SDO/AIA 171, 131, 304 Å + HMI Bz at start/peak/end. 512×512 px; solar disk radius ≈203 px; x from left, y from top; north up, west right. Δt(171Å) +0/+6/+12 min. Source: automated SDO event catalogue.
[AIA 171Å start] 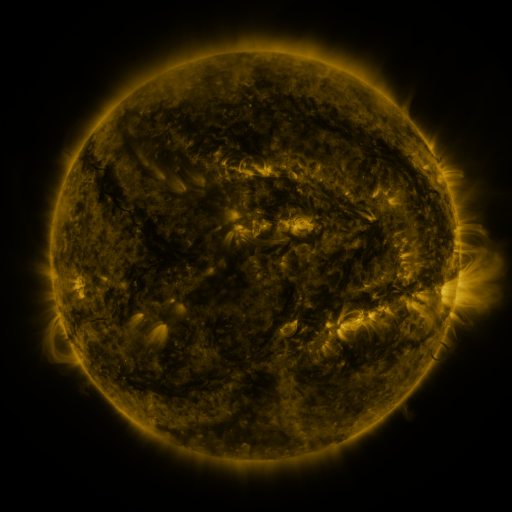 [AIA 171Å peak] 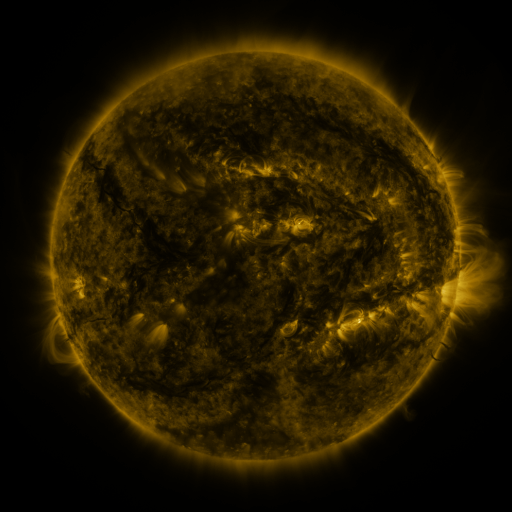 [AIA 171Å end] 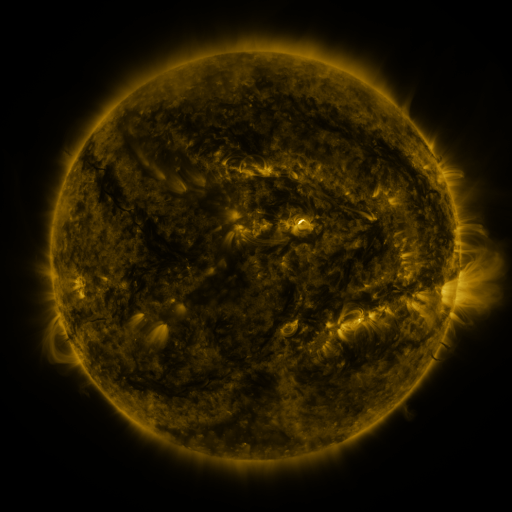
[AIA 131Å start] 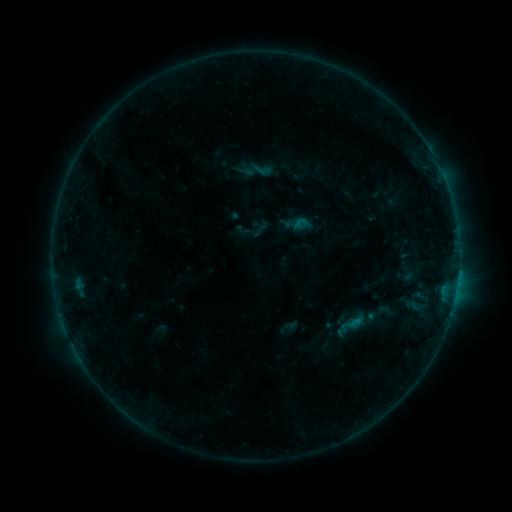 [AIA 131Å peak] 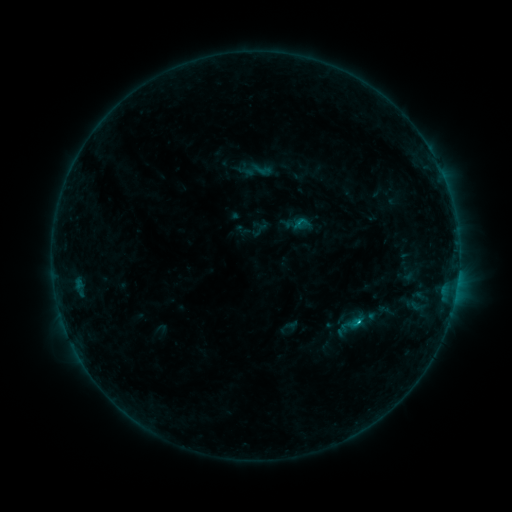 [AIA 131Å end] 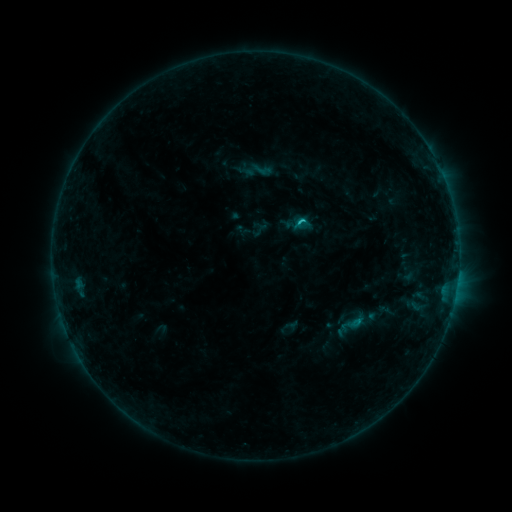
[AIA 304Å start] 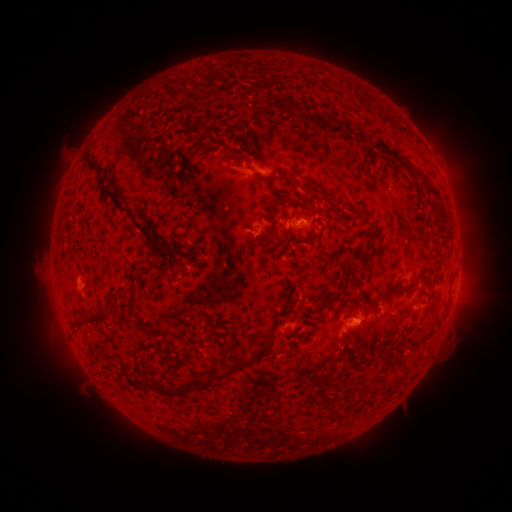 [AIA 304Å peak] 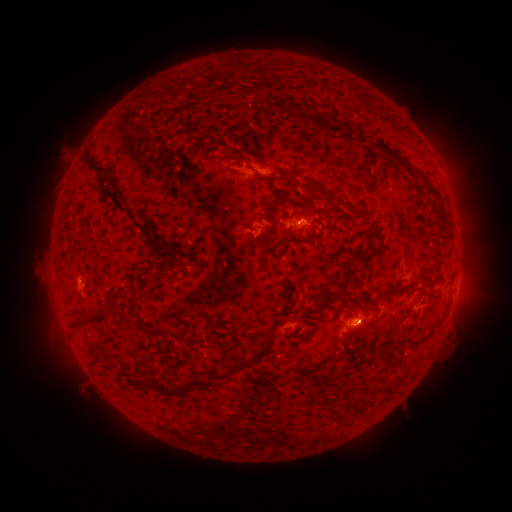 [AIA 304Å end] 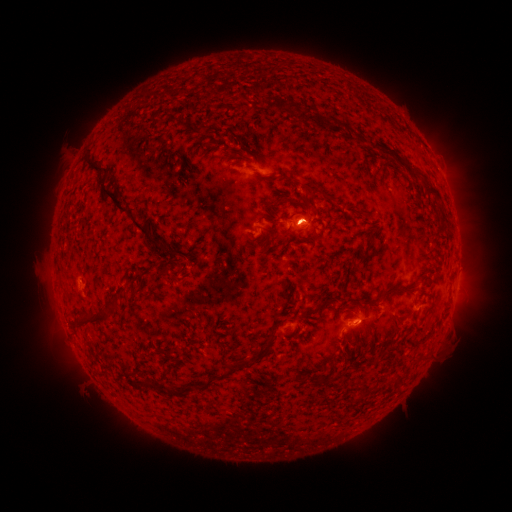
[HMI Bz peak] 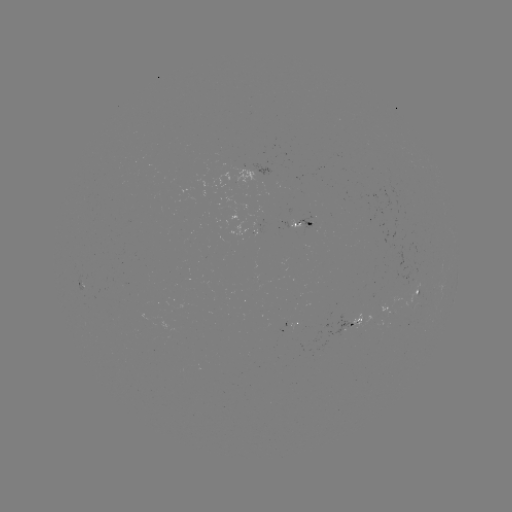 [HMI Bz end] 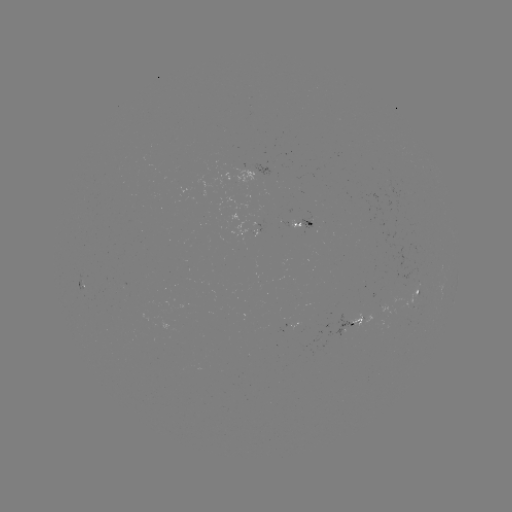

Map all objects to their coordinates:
B6.0 flare: (357, 320)
